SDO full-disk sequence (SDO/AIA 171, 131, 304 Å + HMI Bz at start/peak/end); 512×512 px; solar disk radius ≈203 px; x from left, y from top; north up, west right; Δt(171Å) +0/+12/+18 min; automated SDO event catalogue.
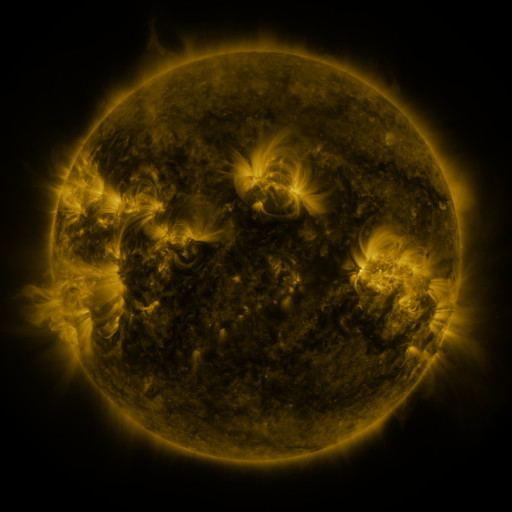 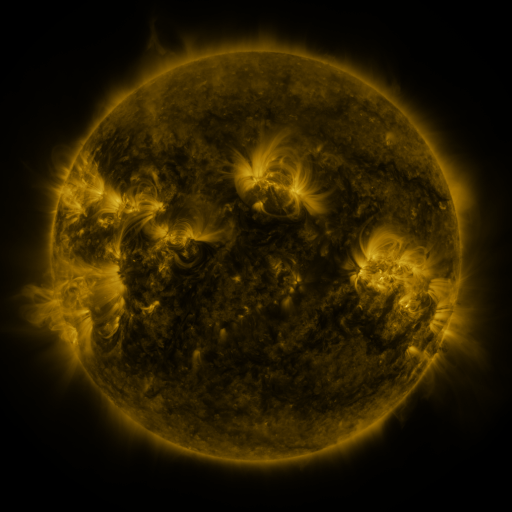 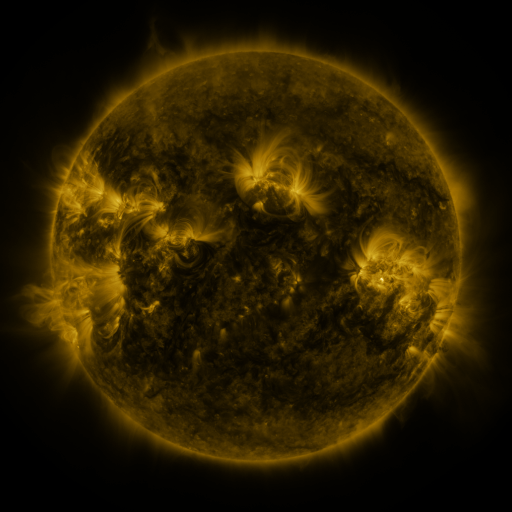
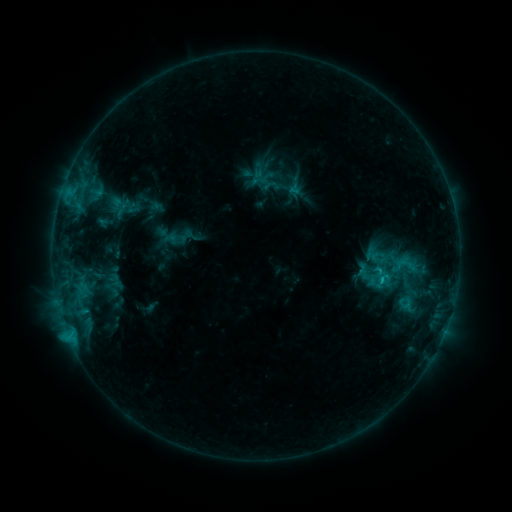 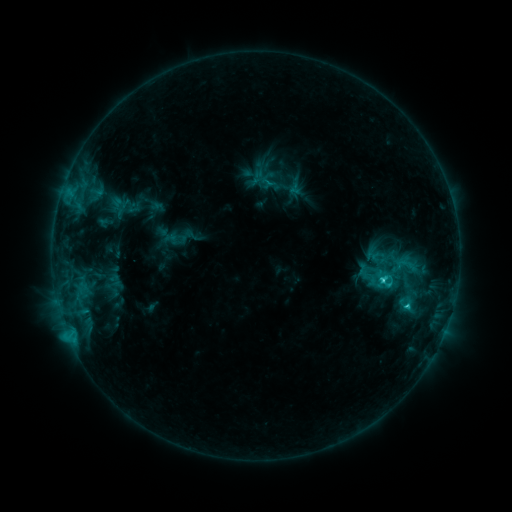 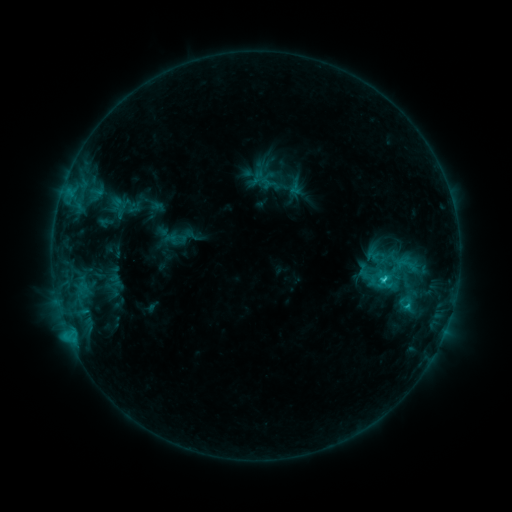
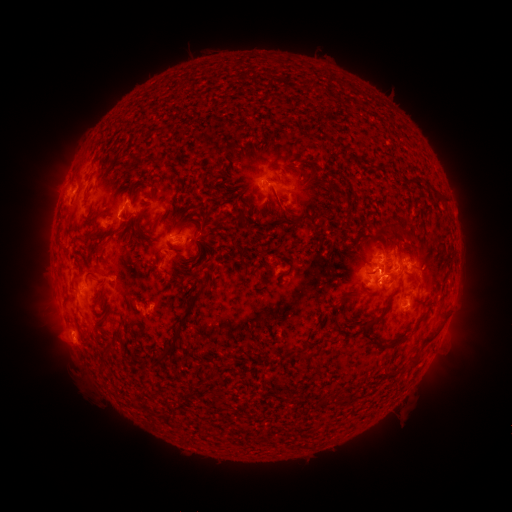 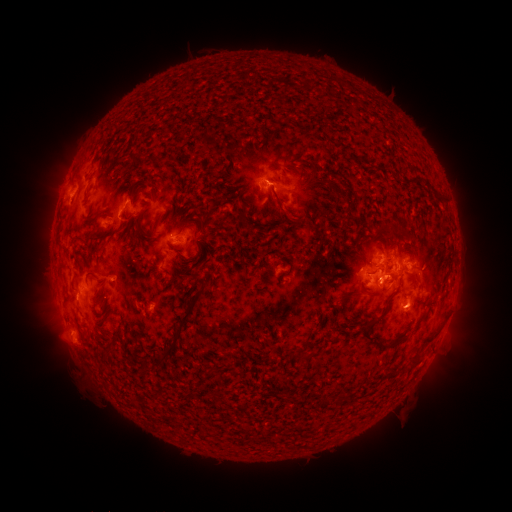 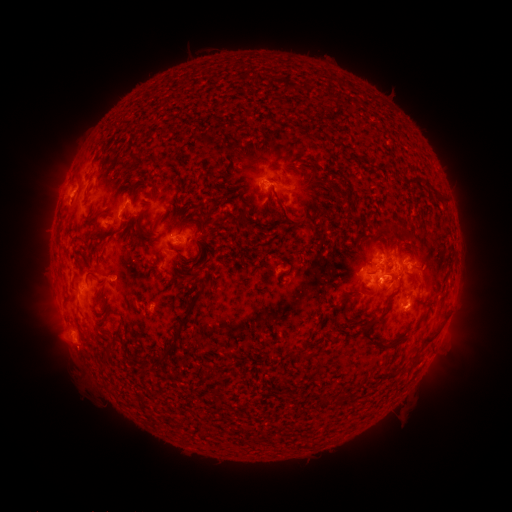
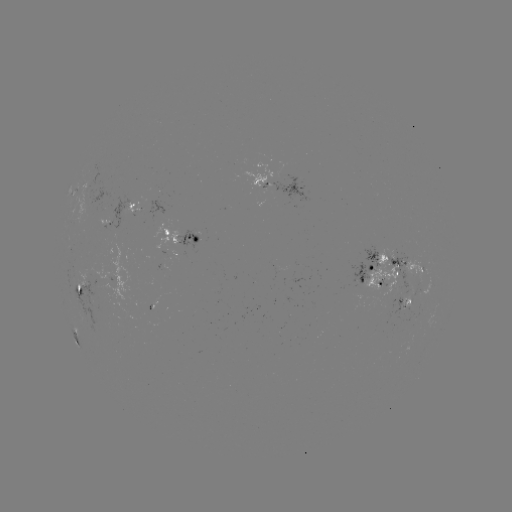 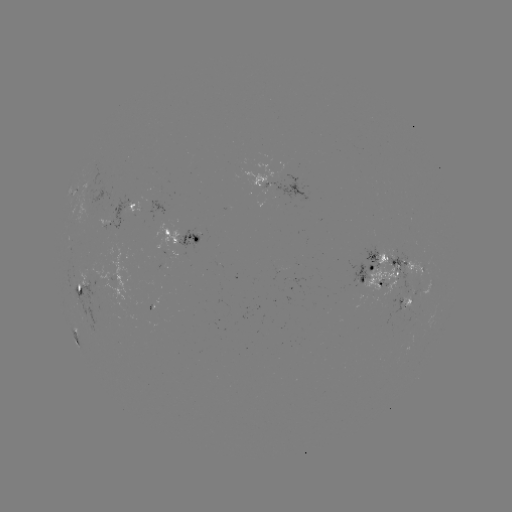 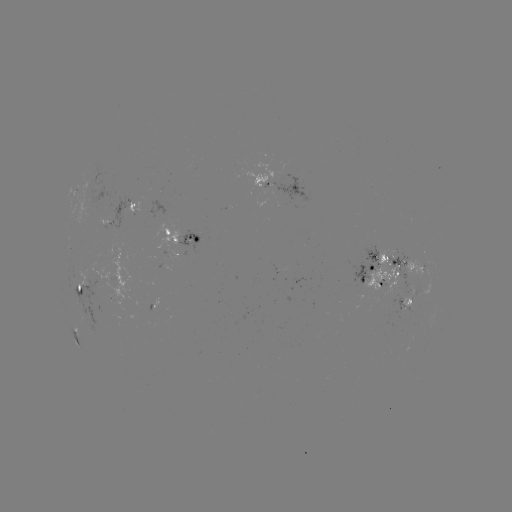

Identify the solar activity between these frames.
C3.0 flare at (381, 278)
